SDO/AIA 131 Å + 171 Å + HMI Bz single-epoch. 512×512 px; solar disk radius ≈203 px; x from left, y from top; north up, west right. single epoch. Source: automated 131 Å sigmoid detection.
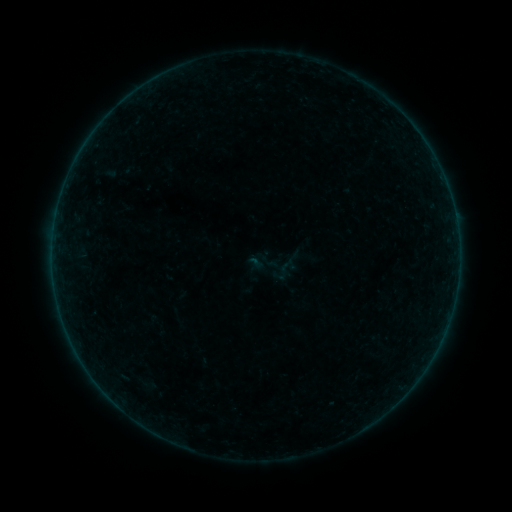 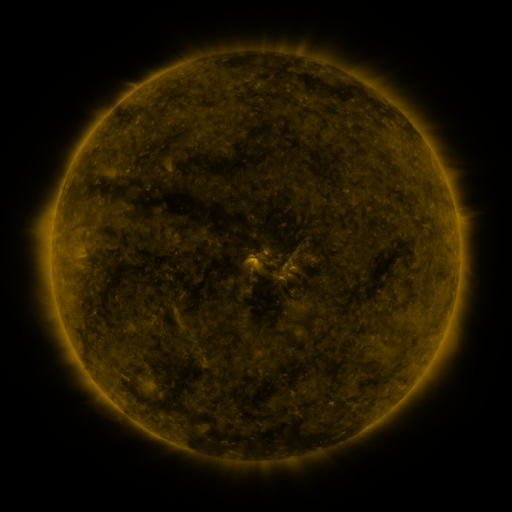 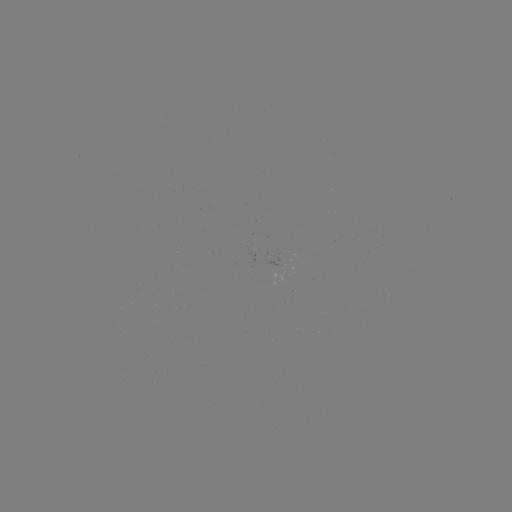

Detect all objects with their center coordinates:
sigmoid: (284, 270)
